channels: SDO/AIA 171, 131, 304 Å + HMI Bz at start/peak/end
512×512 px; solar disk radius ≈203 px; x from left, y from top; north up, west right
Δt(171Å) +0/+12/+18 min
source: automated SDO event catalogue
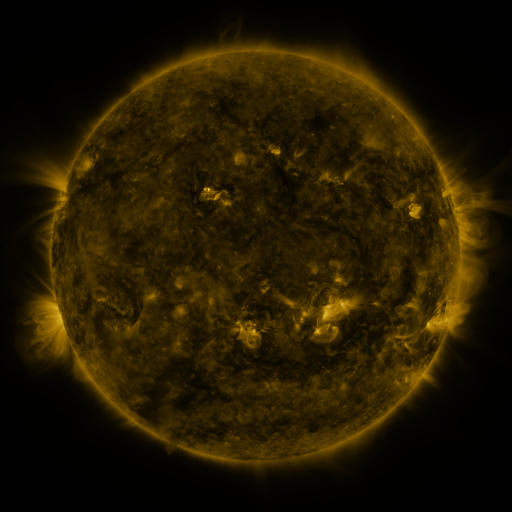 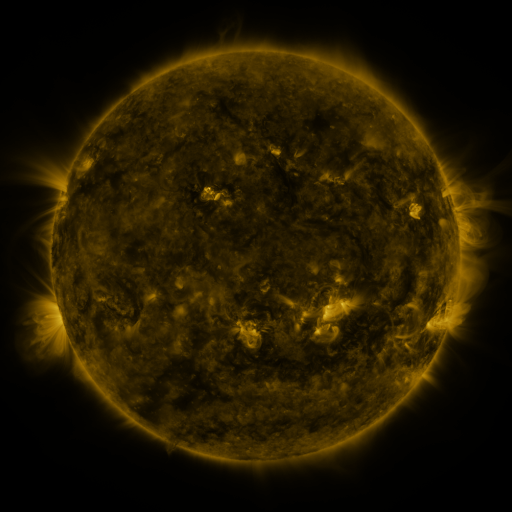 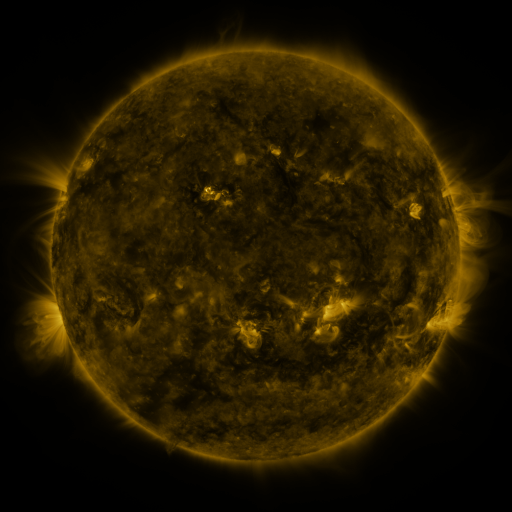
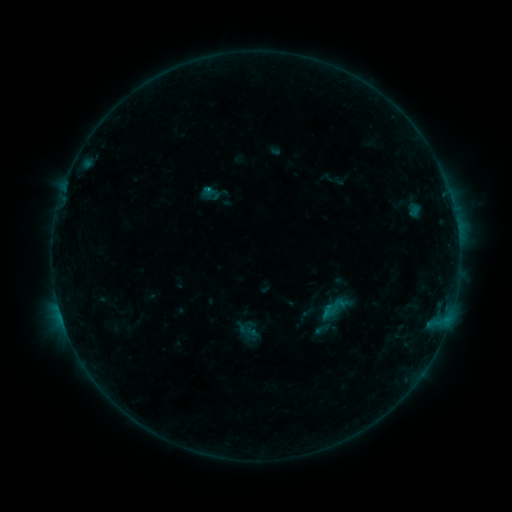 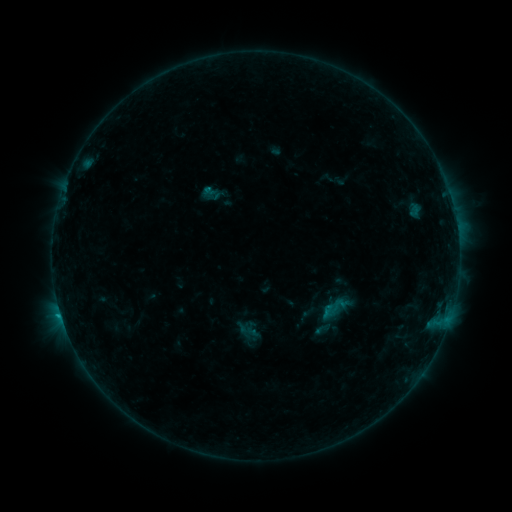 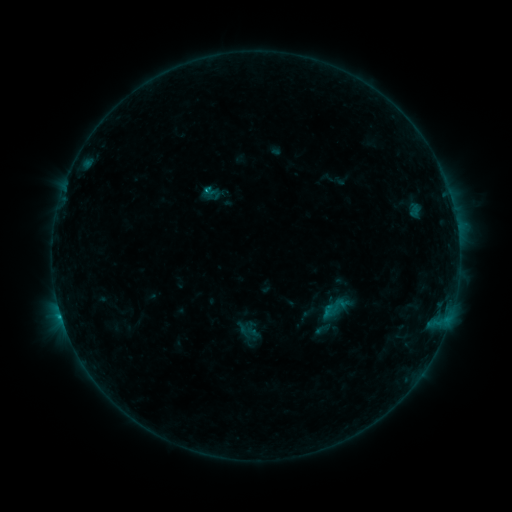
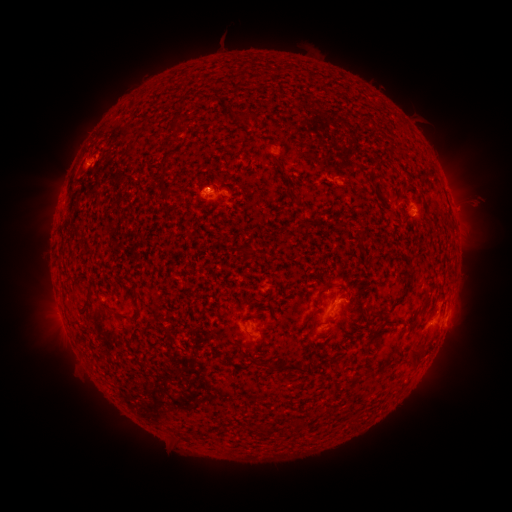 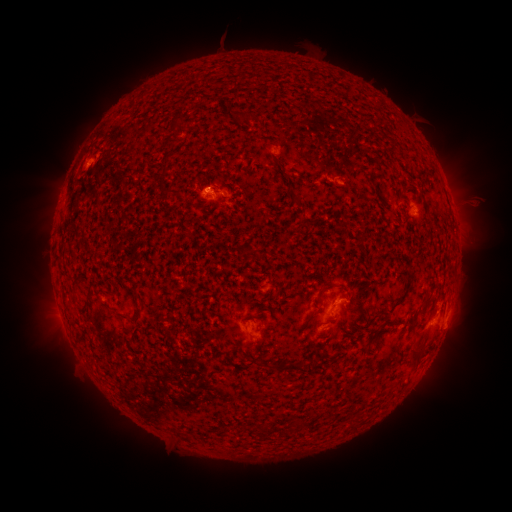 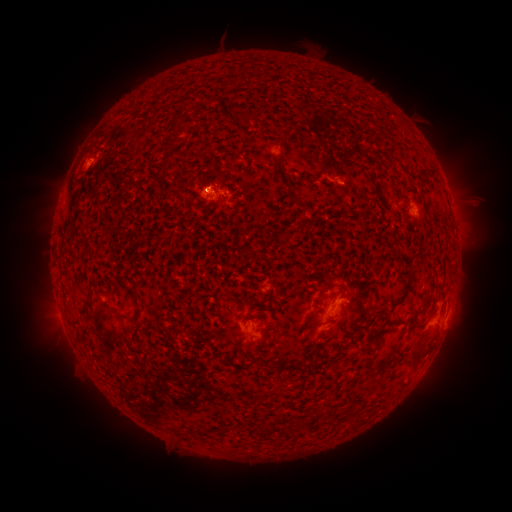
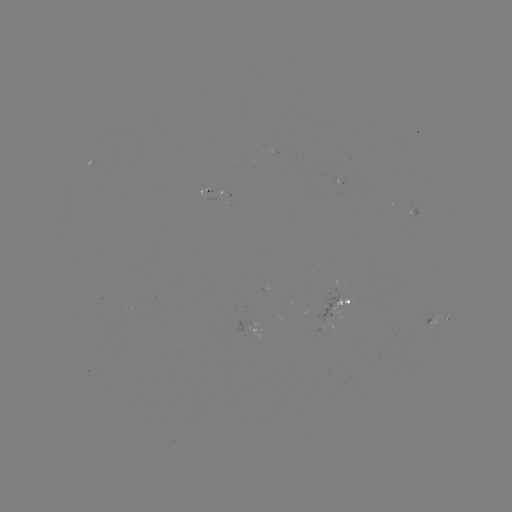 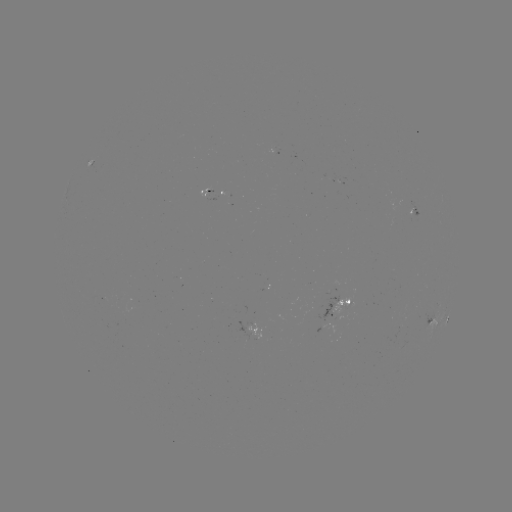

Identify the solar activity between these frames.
B6.1 flare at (60, 311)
